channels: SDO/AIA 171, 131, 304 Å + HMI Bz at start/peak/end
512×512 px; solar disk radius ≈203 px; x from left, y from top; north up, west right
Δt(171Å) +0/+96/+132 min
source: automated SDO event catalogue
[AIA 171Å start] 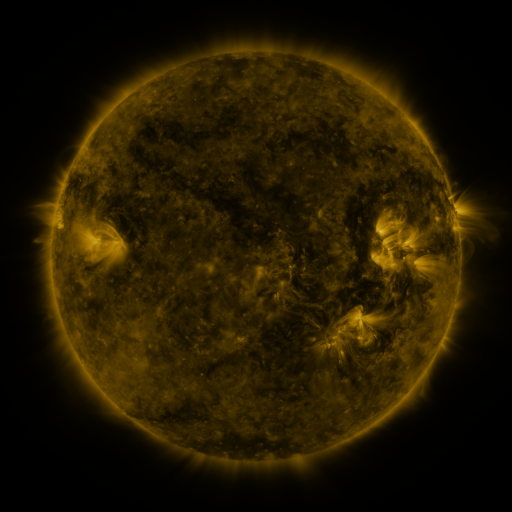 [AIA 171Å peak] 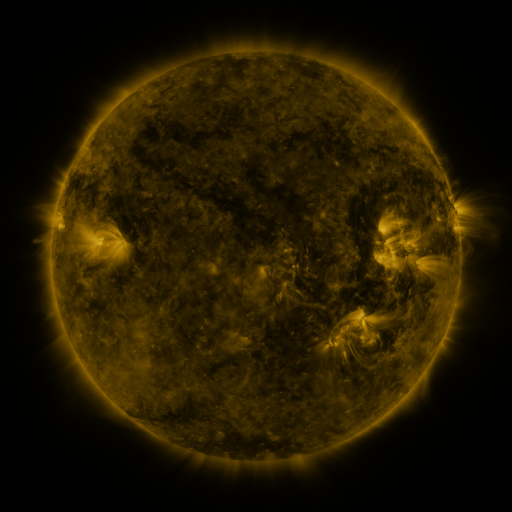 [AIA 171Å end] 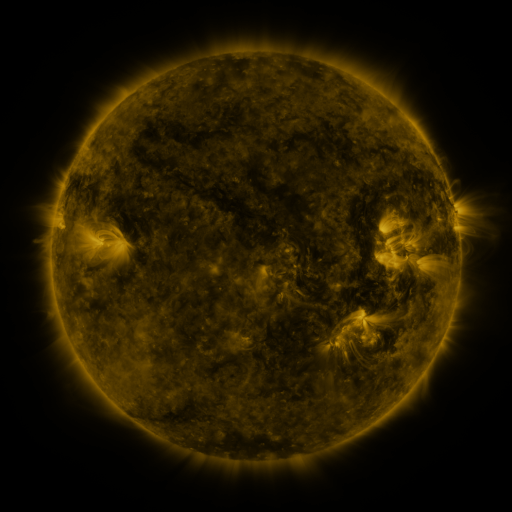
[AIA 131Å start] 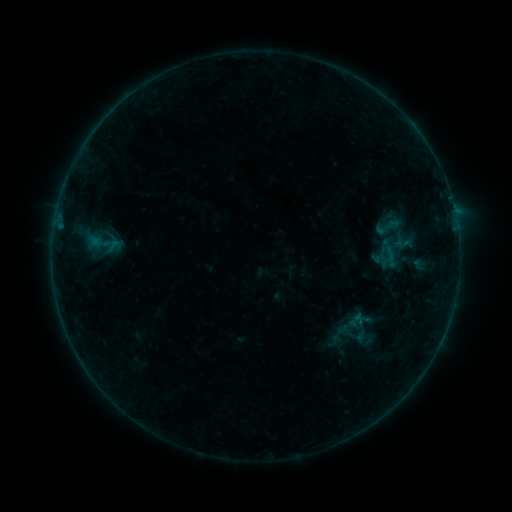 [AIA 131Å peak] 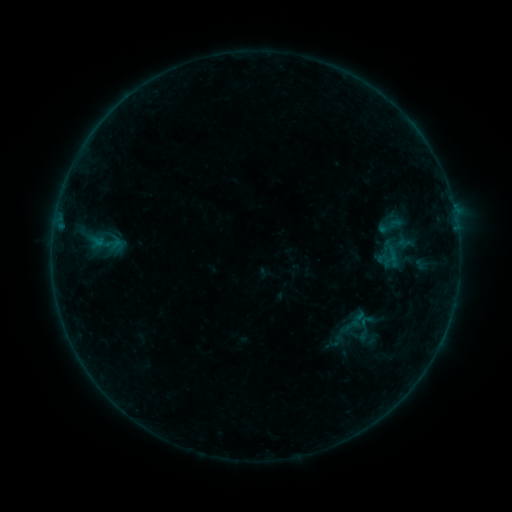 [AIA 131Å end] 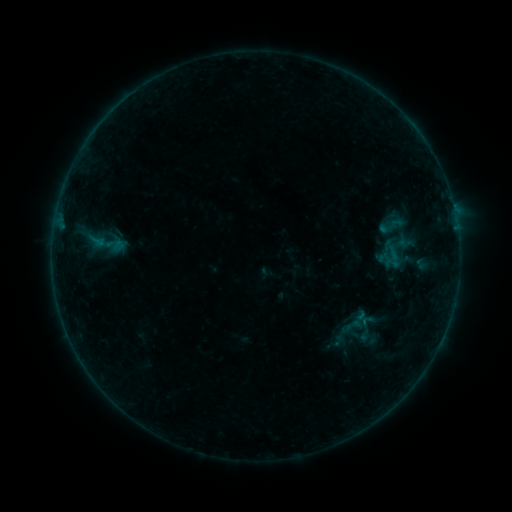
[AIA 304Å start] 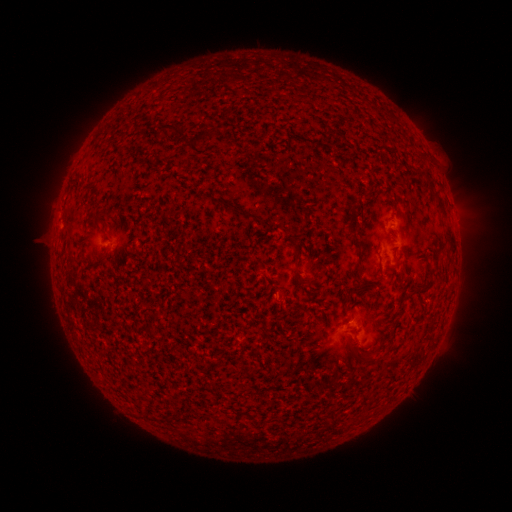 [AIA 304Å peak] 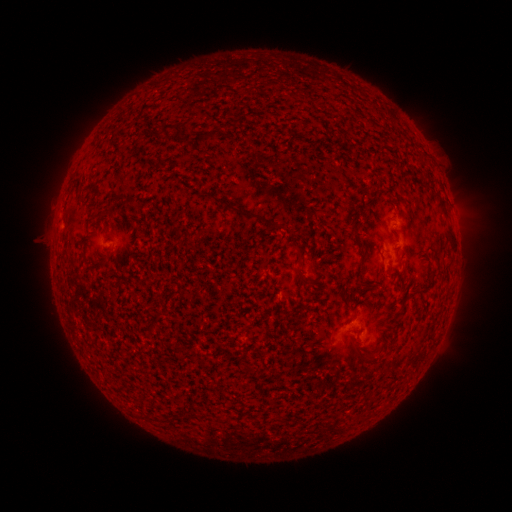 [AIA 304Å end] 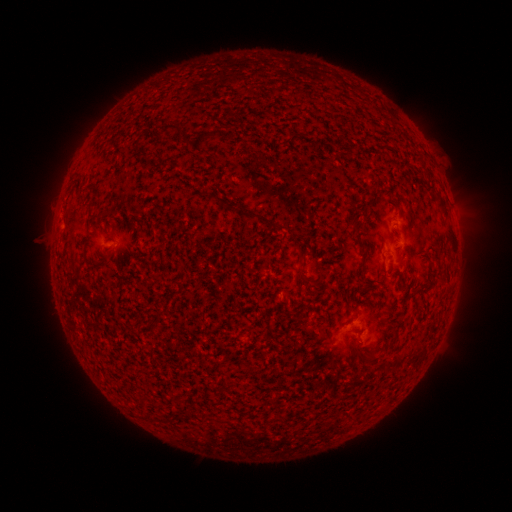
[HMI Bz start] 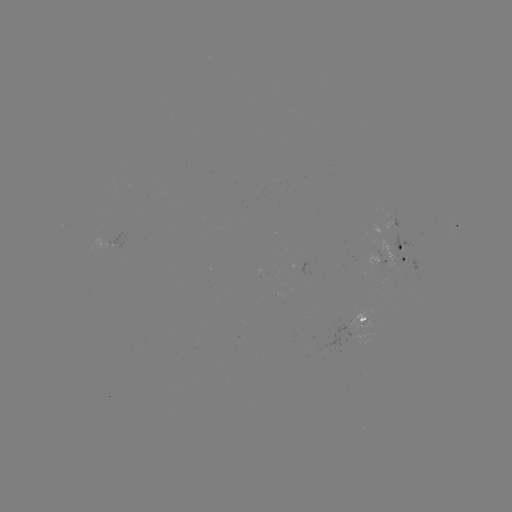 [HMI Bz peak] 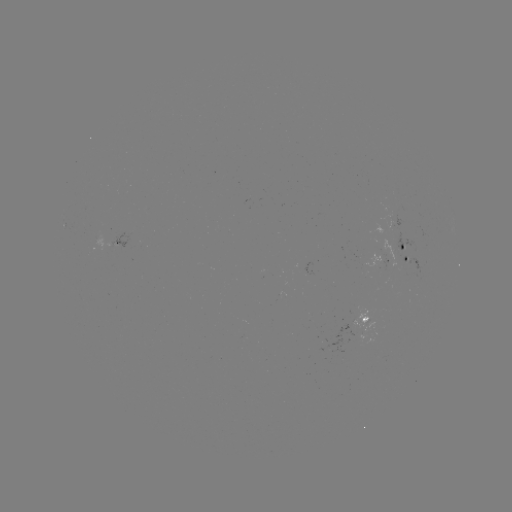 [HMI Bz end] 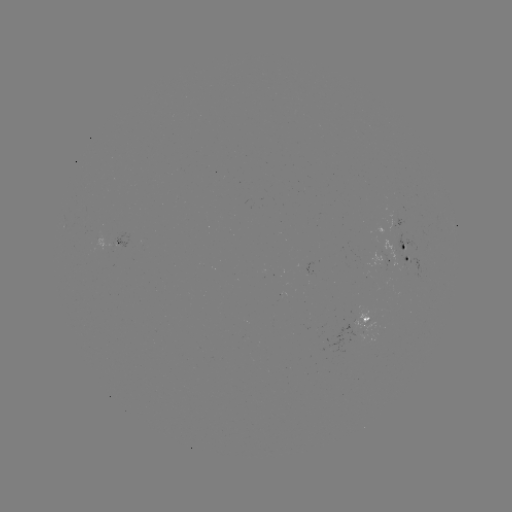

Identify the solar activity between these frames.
emerging-flux region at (393, 213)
